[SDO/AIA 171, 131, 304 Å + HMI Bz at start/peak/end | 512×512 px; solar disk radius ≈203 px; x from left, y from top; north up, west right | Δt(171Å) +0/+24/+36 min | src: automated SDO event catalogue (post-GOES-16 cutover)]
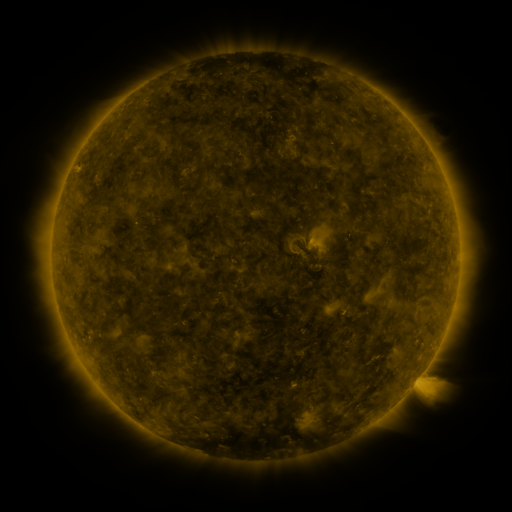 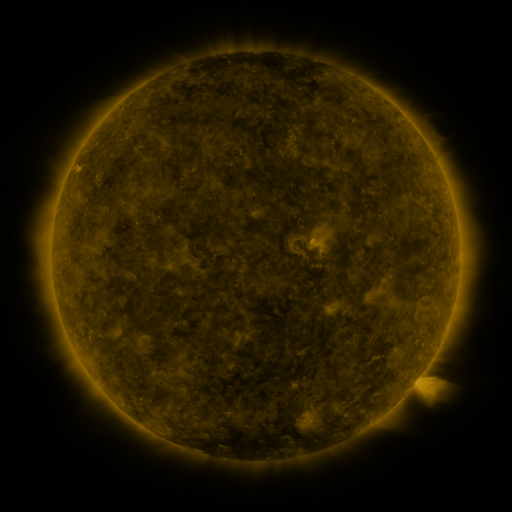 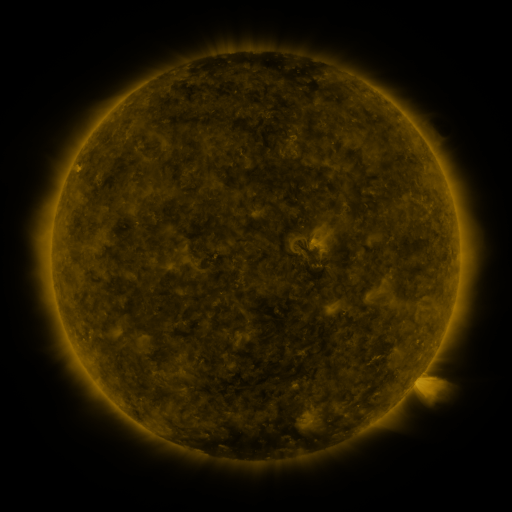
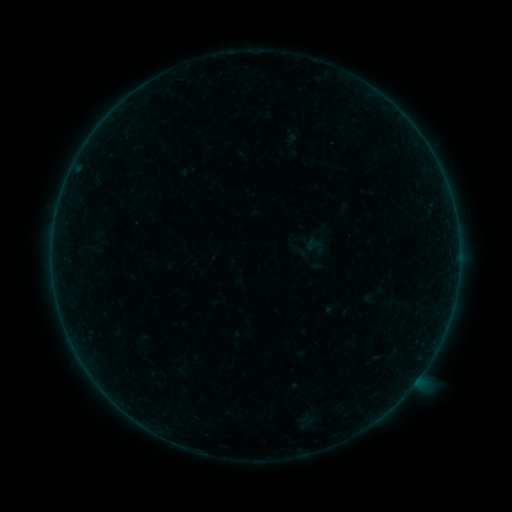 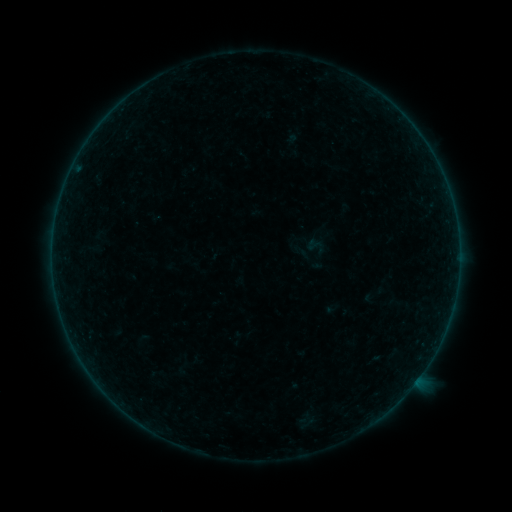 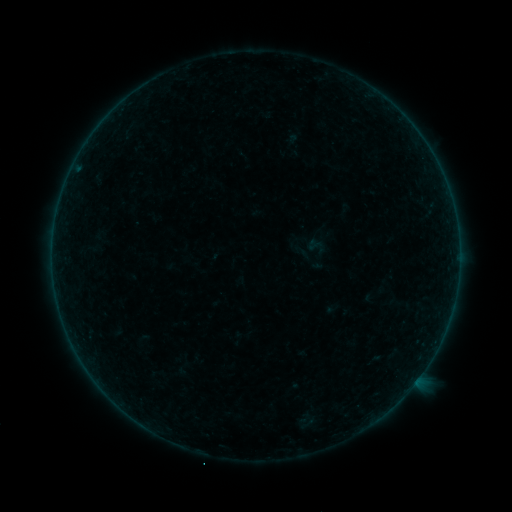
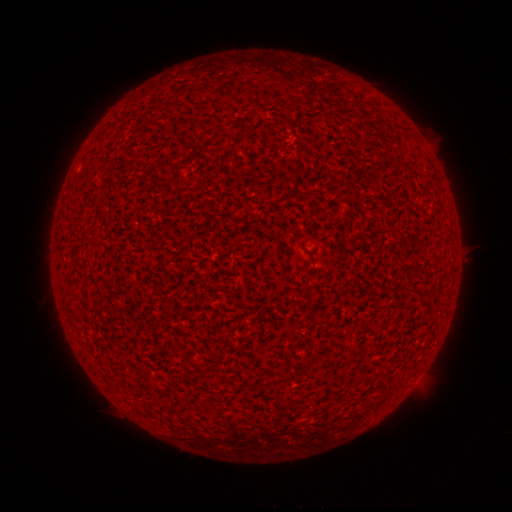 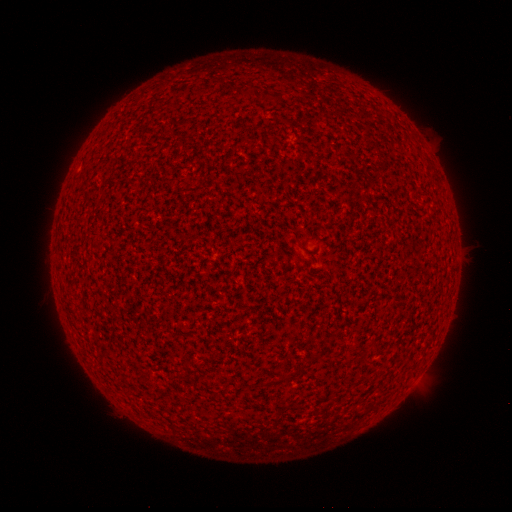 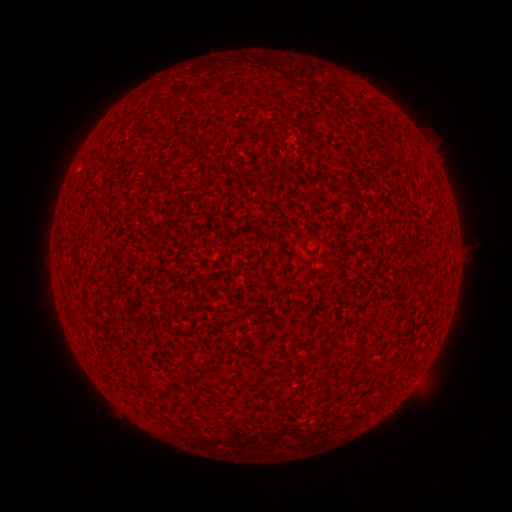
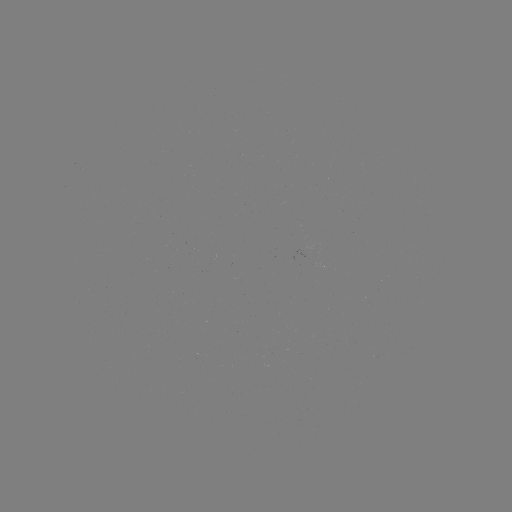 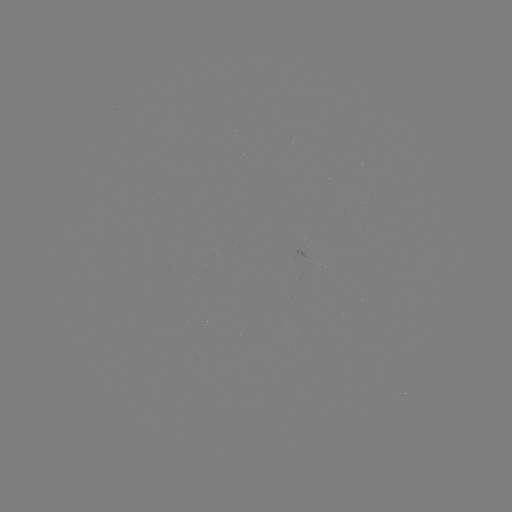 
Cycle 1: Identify A8.9 flare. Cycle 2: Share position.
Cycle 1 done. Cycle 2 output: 77,169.